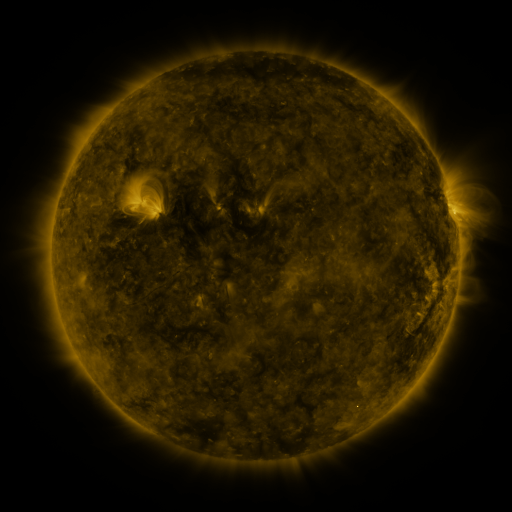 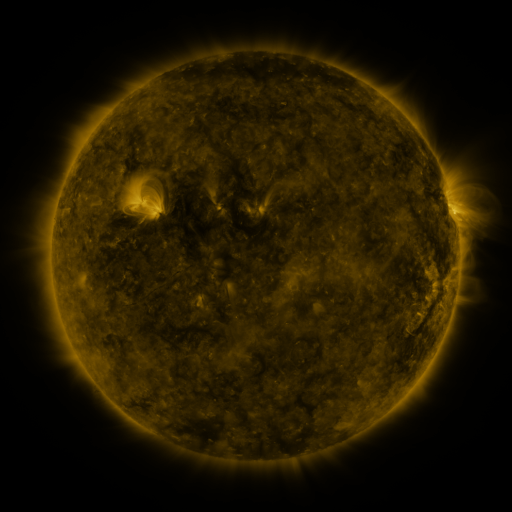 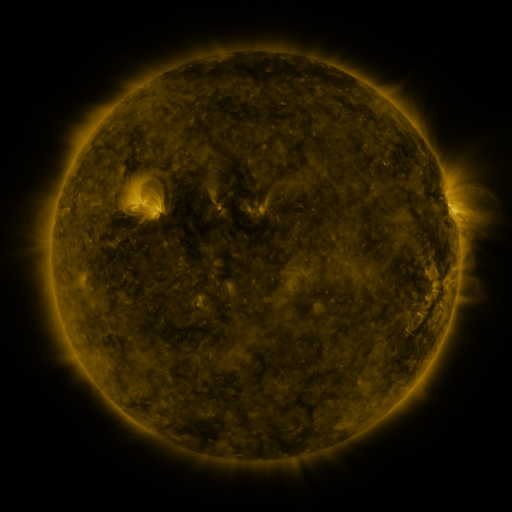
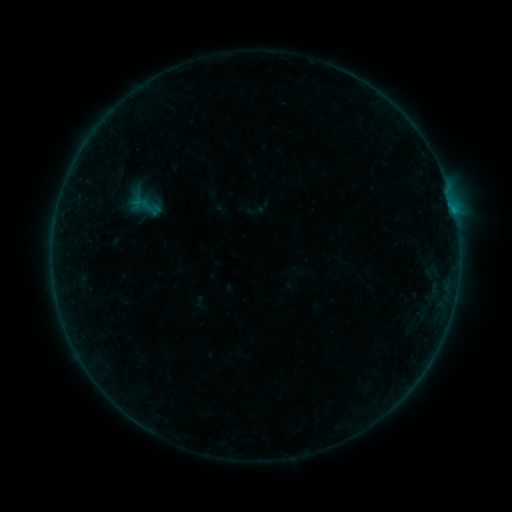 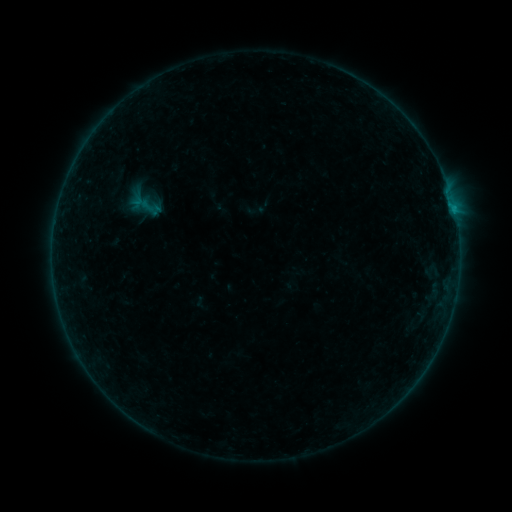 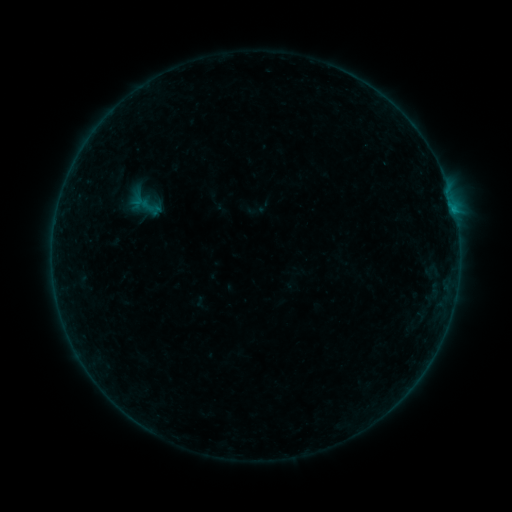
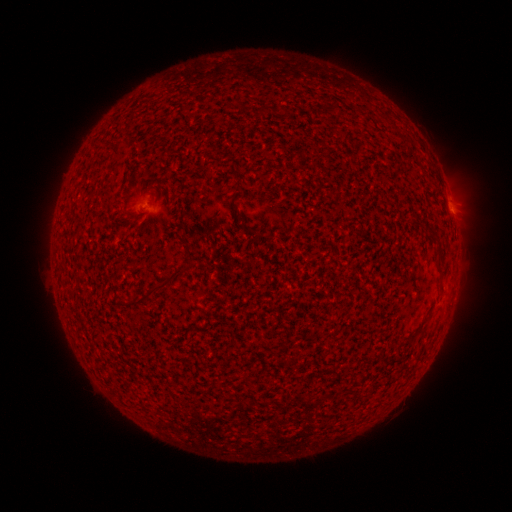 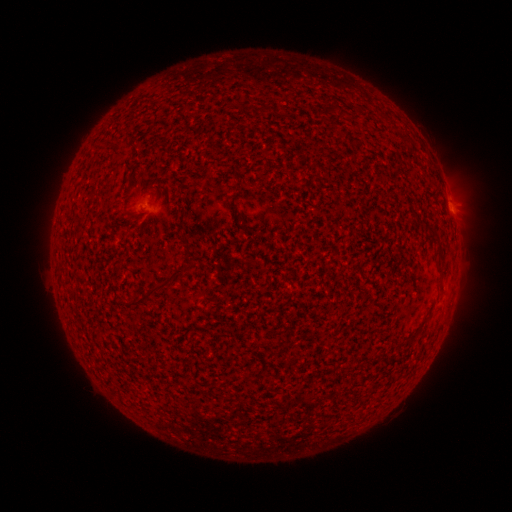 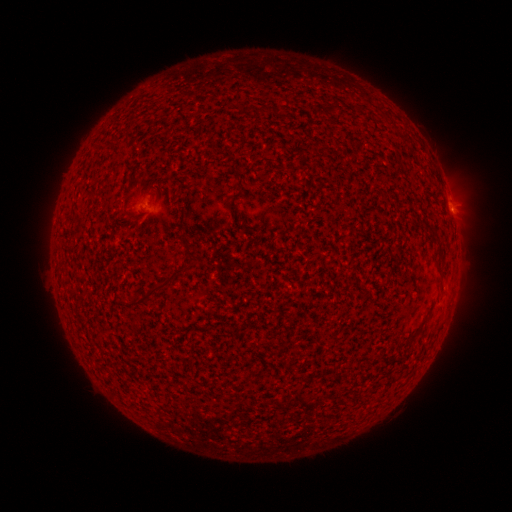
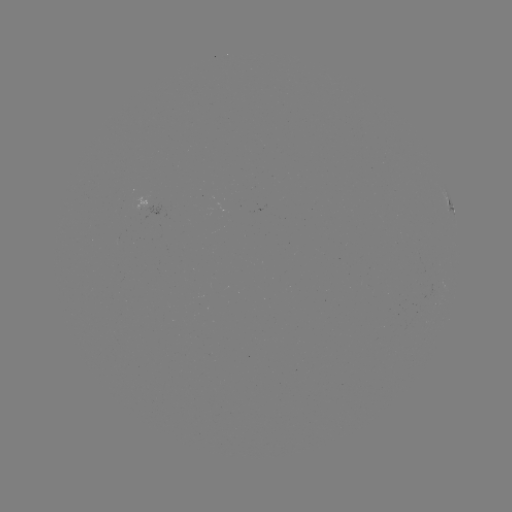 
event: flare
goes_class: B1.7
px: (450, 206)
